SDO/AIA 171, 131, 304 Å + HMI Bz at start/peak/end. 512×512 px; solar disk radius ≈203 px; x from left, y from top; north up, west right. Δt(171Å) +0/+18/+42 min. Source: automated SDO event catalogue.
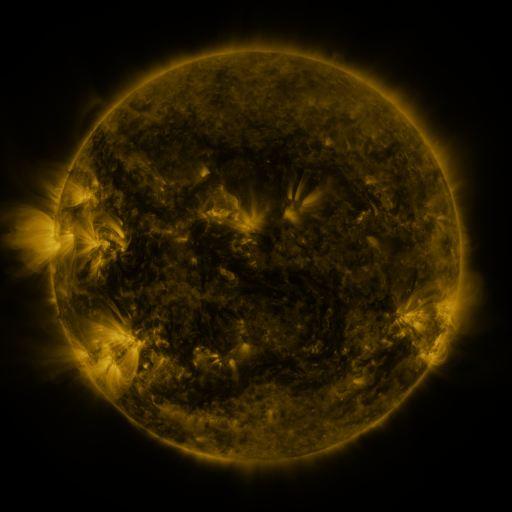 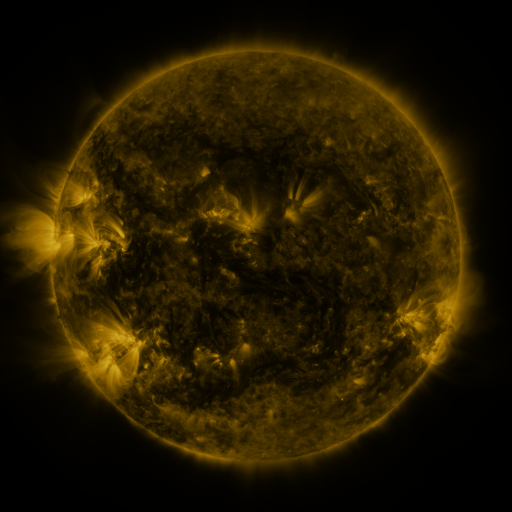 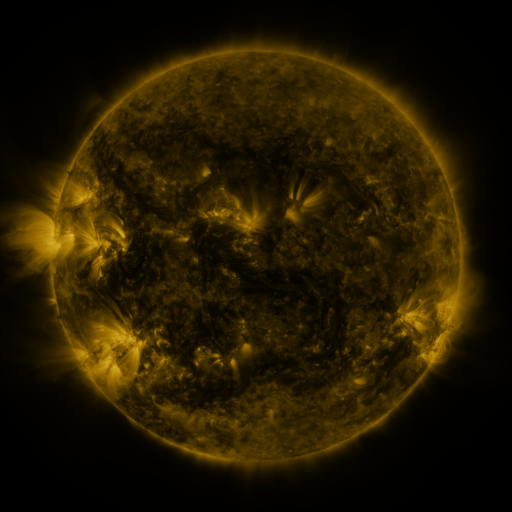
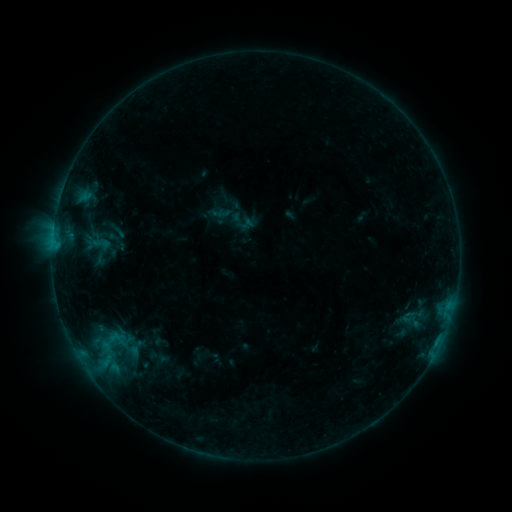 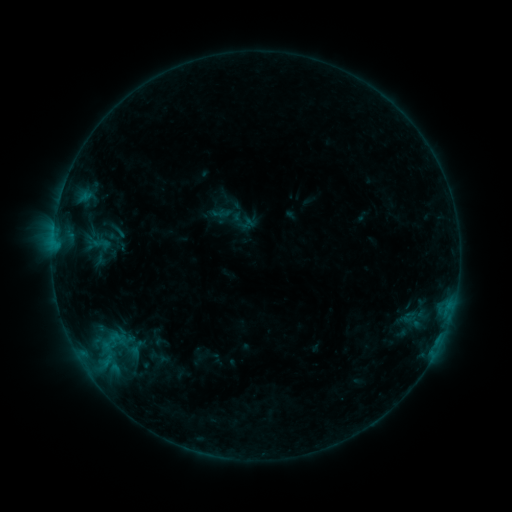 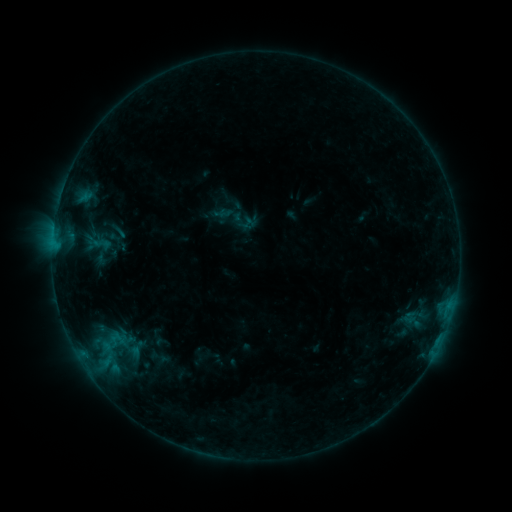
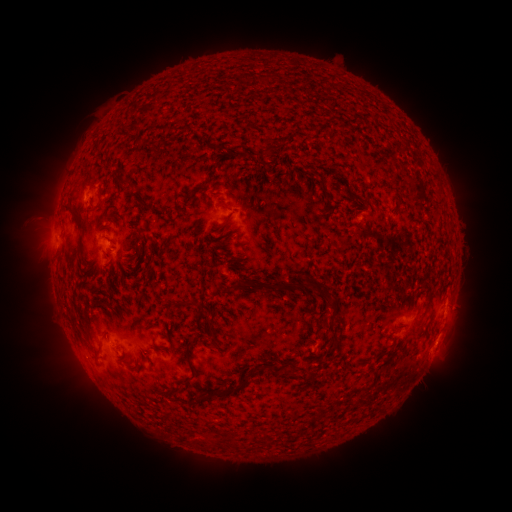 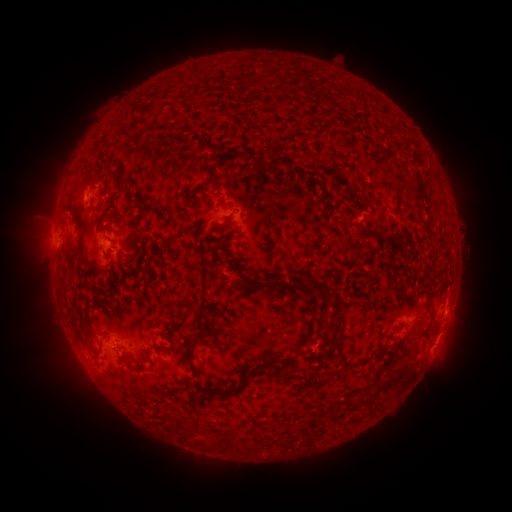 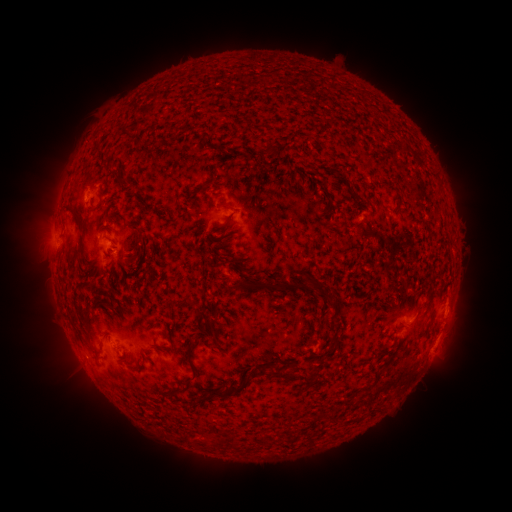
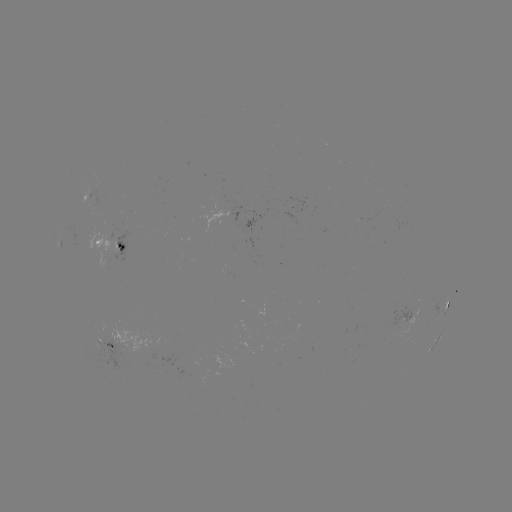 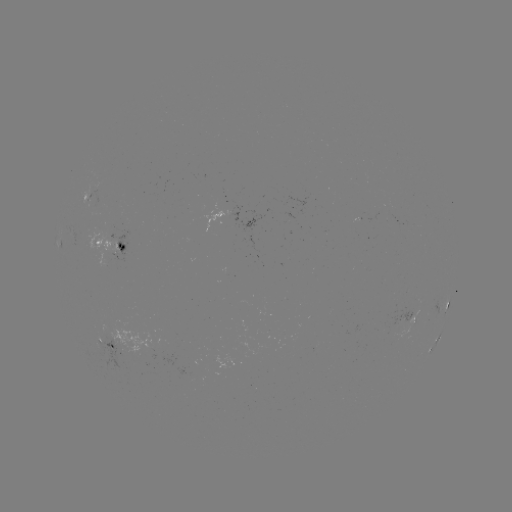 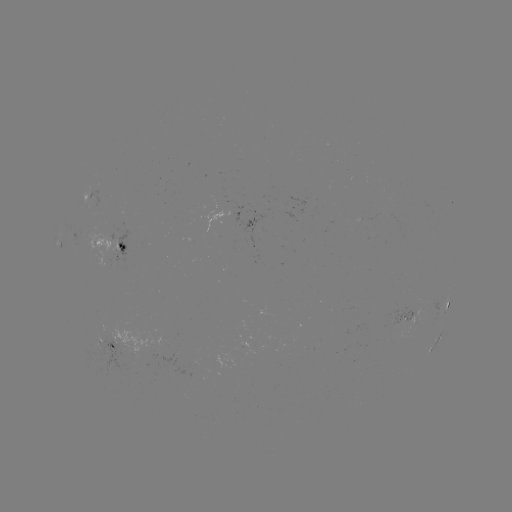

no catalogued flare and no flagged EUV brightening in this window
